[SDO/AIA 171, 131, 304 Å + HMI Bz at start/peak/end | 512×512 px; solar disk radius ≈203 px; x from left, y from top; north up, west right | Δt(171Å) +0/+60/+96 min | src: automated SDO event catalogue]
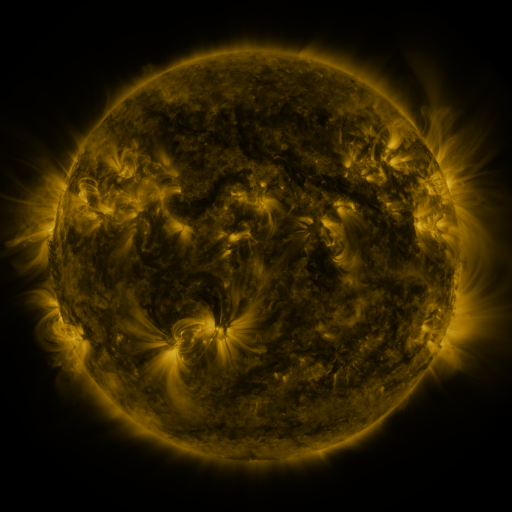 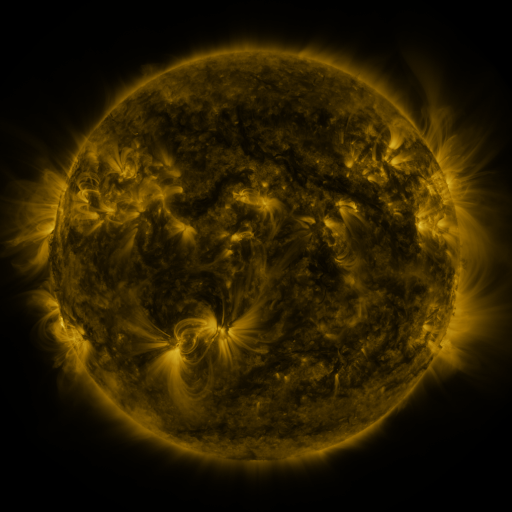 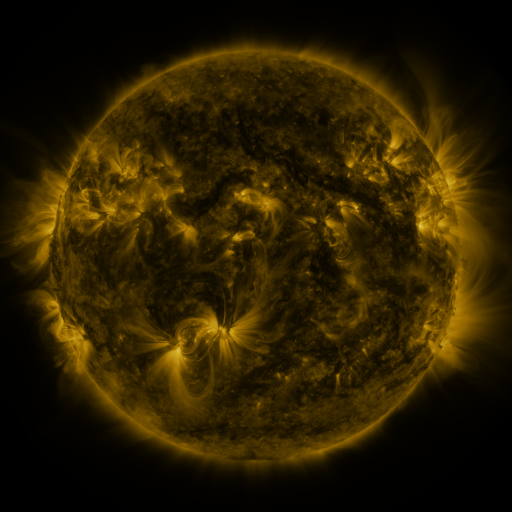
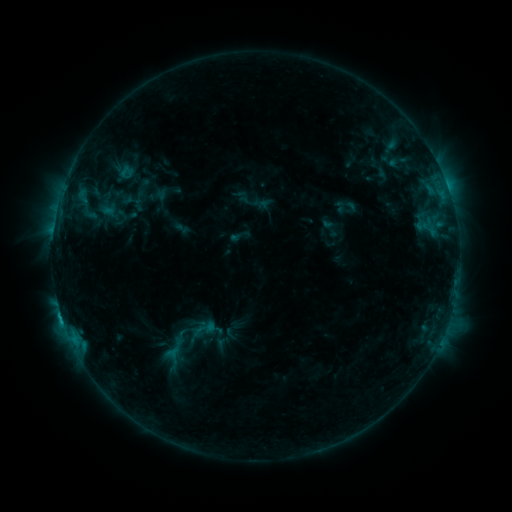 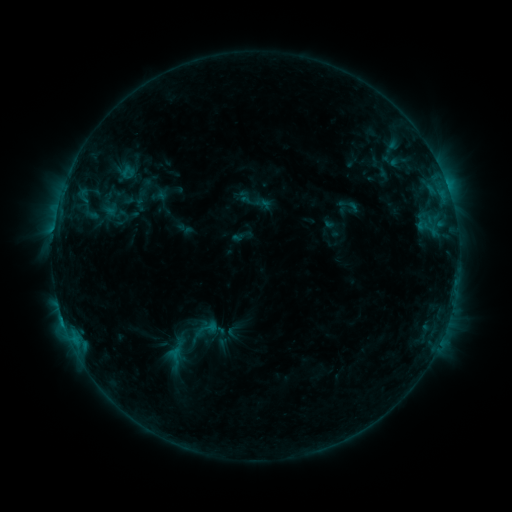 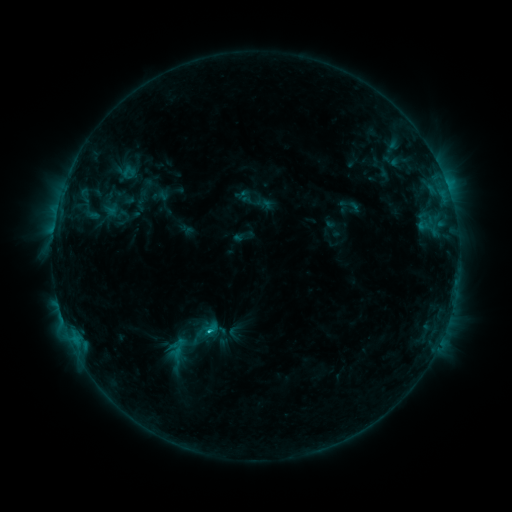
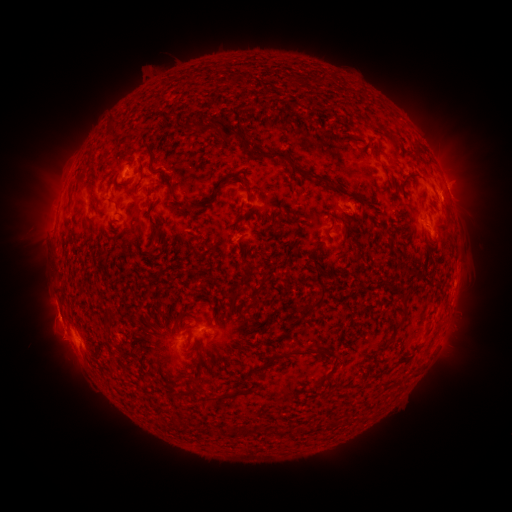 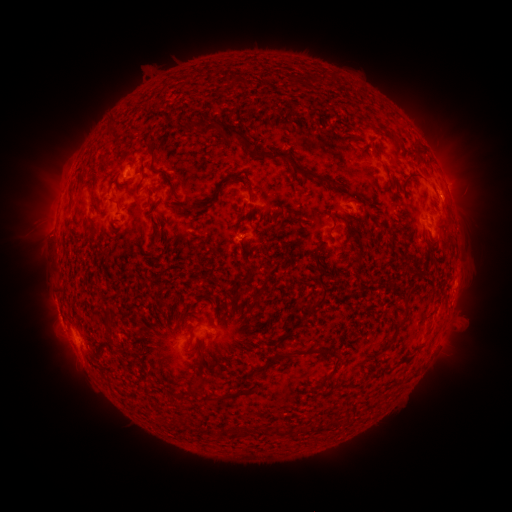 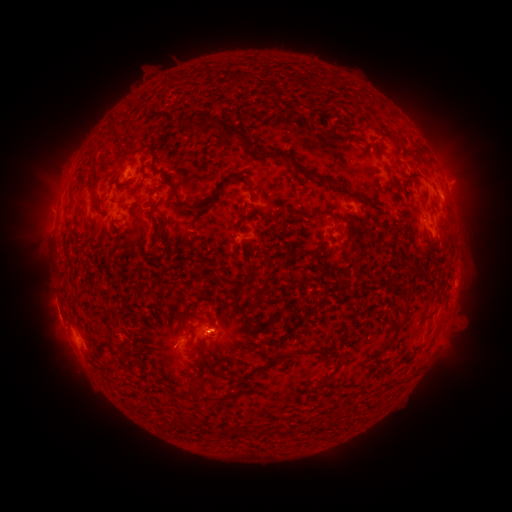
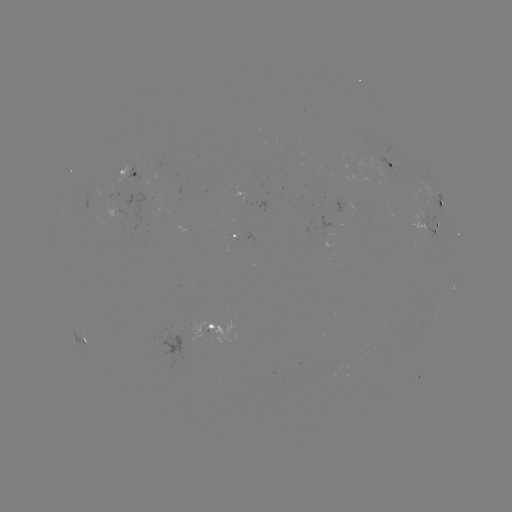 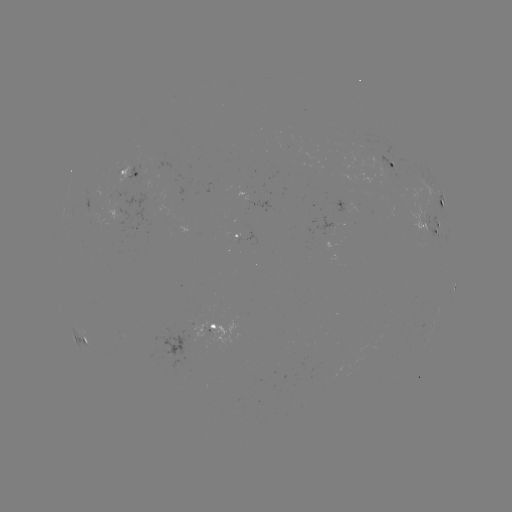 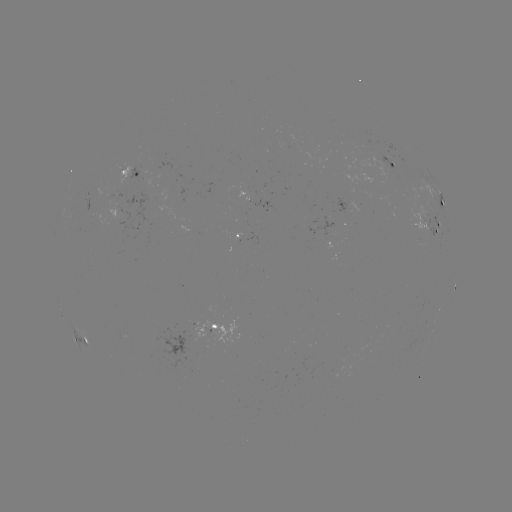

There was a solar emerging-flux region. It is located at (389, 152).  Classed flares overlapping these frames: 1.